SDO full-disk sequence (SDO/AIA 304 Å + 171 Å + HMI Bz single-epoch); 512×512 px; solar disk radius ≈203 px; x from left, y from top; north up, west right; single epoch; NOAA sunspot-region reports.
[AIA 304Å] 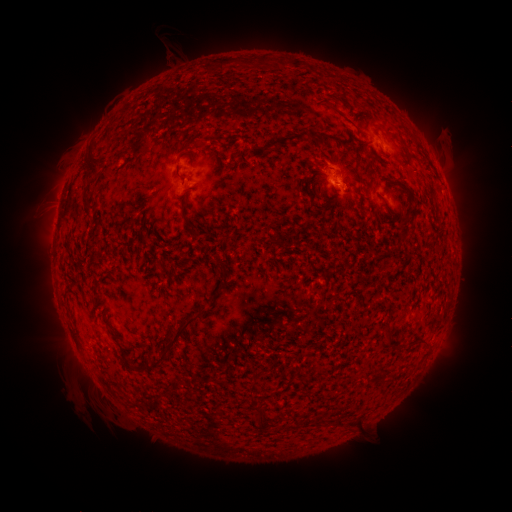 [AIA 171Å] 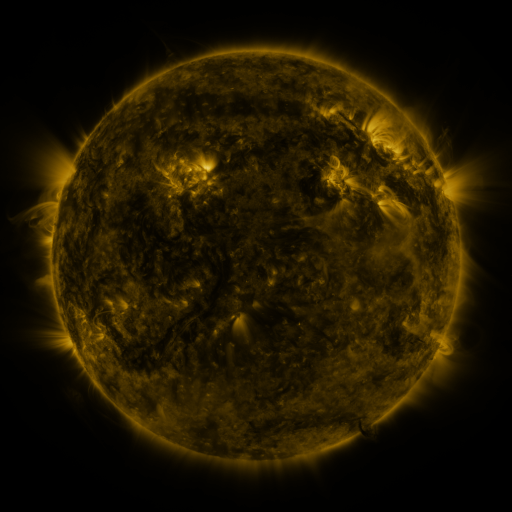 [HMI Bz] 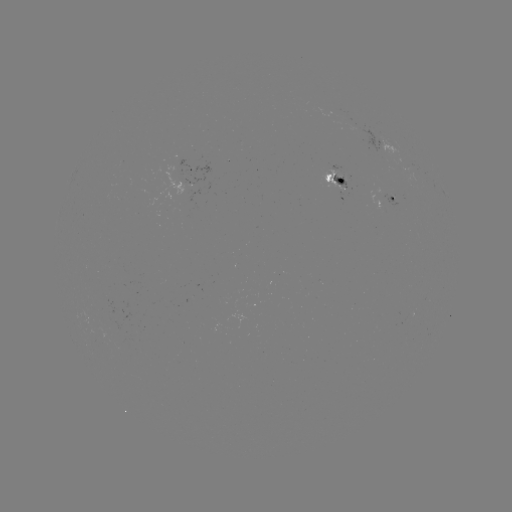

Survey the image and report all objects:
spotted active region: (382, 148)
spotted active region: (336, 181)
spotted active region: (191, 183)
spotted active region: (395, 199)
